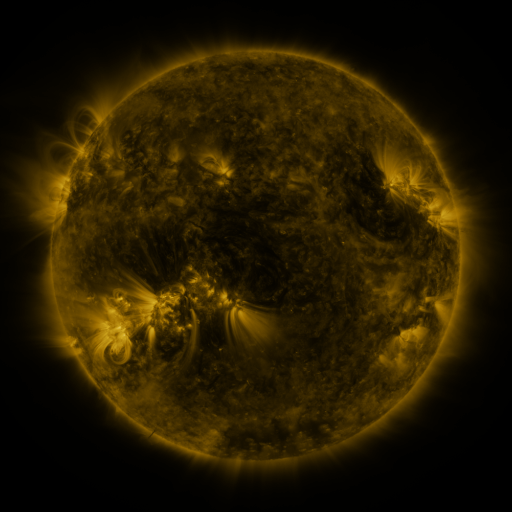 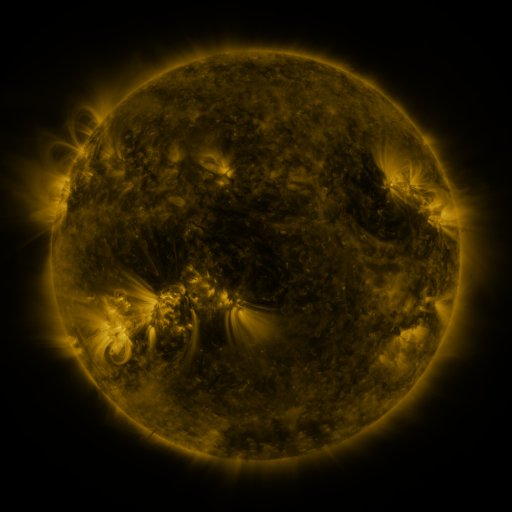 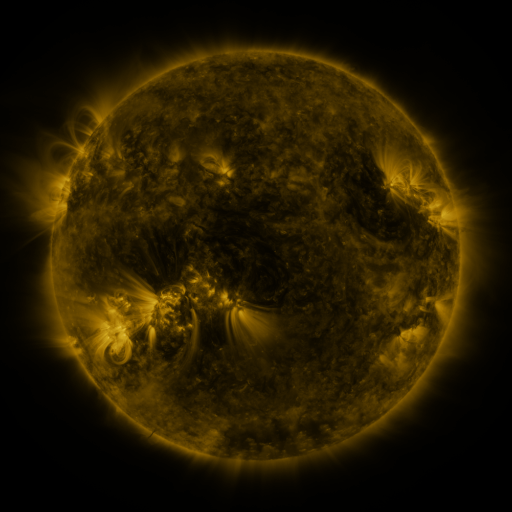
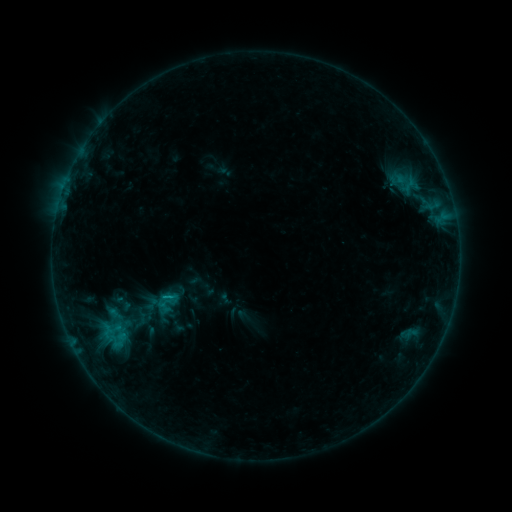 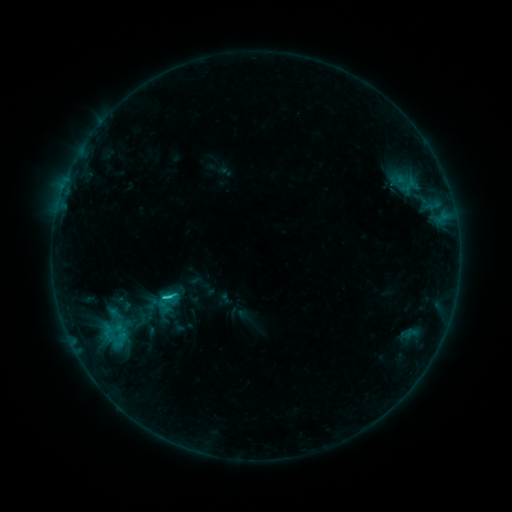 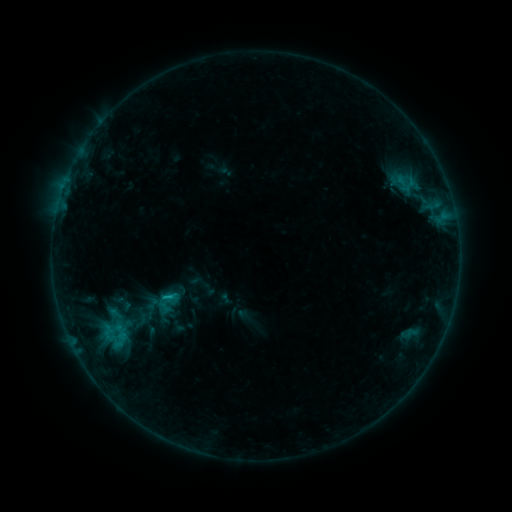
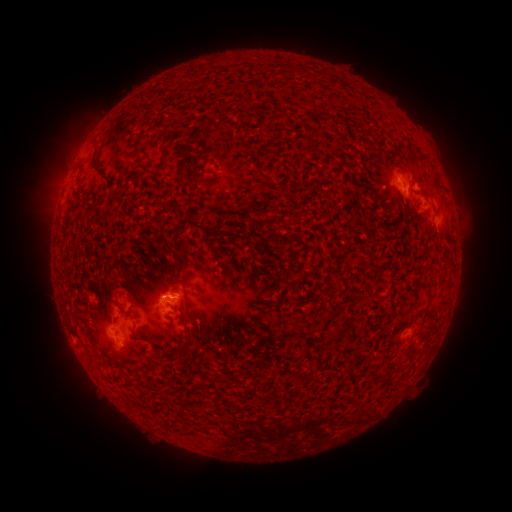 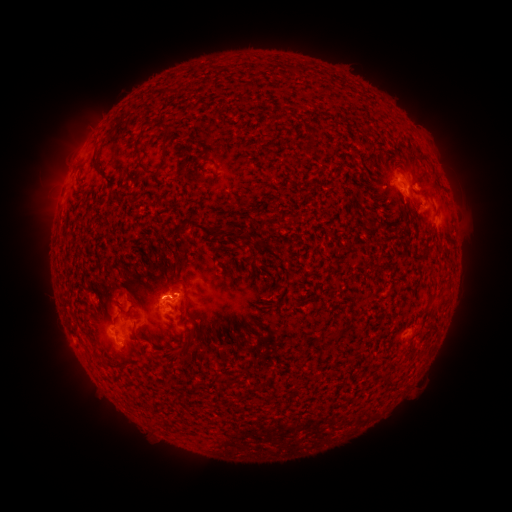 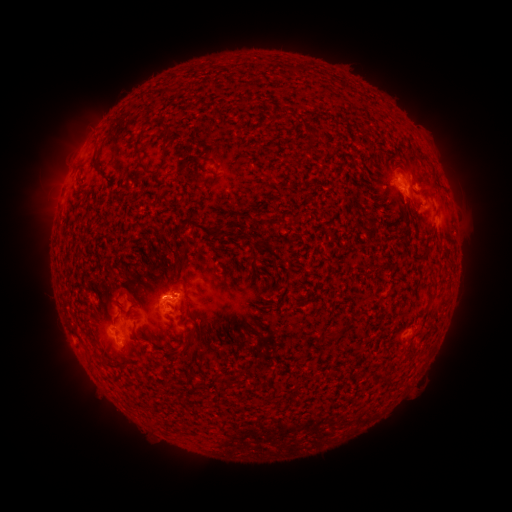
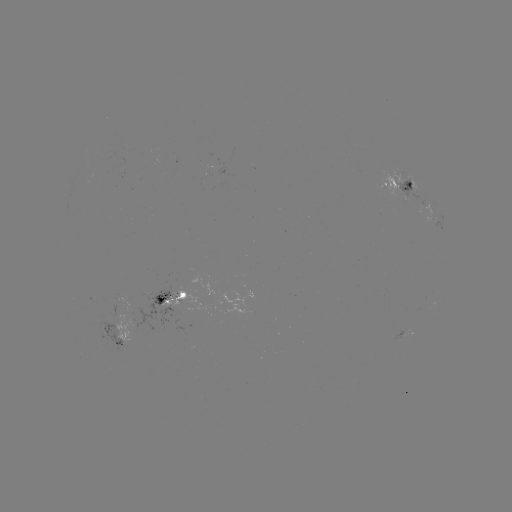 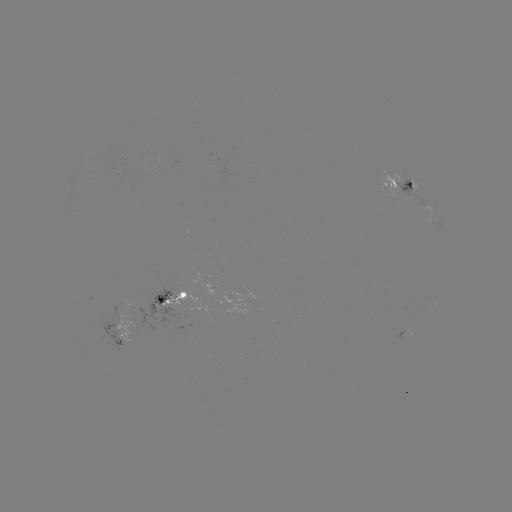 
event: flare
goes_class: C1.2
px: (166, 296)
